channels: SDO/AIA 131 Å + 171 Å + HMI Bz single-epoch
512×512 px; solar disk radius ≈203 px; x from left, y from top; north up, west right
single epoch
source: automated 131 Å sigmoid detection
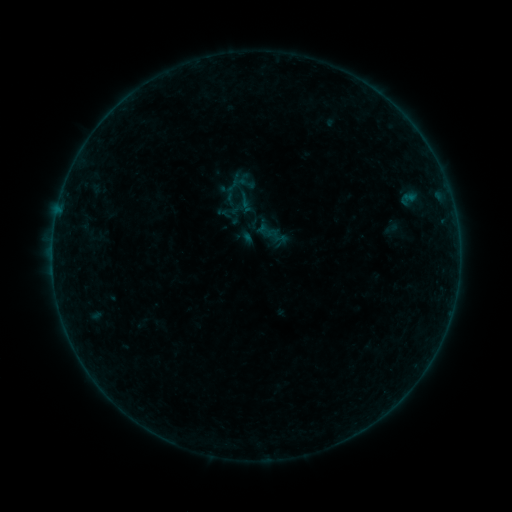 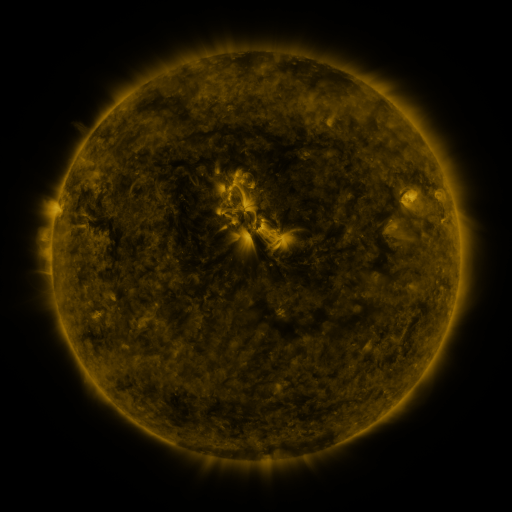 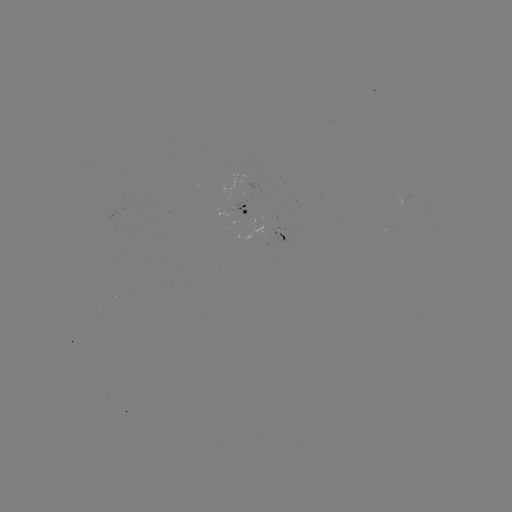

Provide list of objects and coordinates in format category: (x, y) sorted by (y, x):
sigmoid: (408, 199)
